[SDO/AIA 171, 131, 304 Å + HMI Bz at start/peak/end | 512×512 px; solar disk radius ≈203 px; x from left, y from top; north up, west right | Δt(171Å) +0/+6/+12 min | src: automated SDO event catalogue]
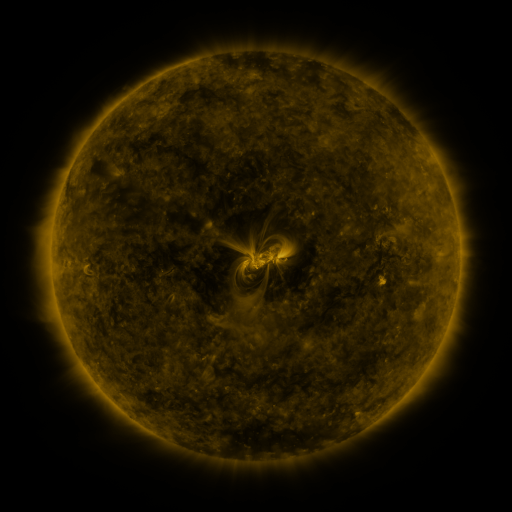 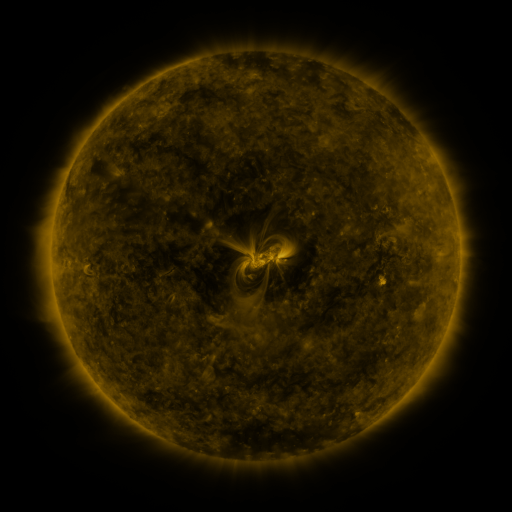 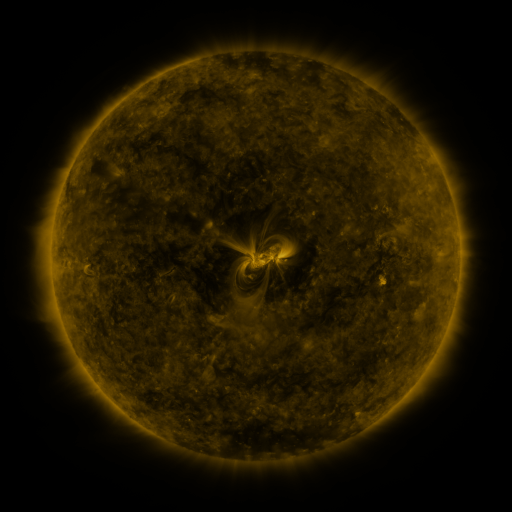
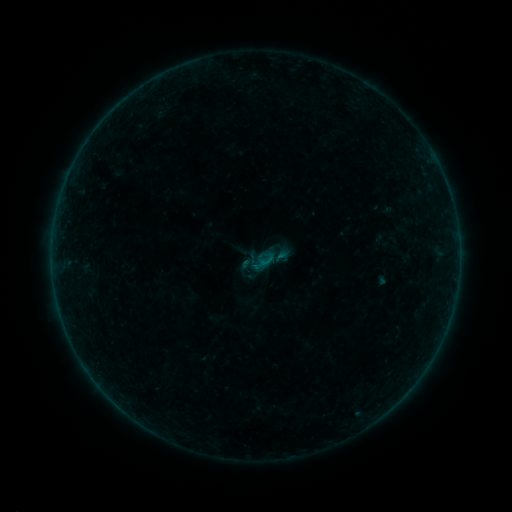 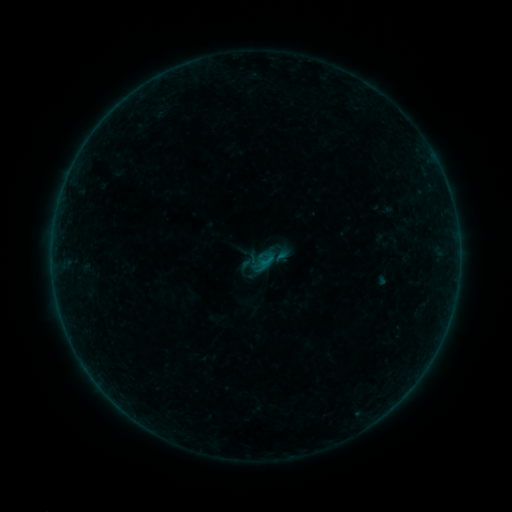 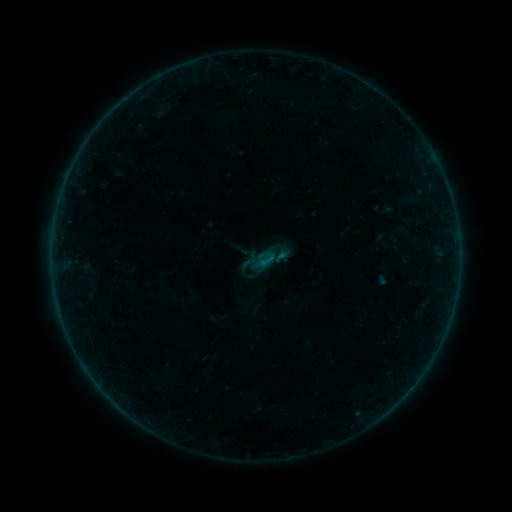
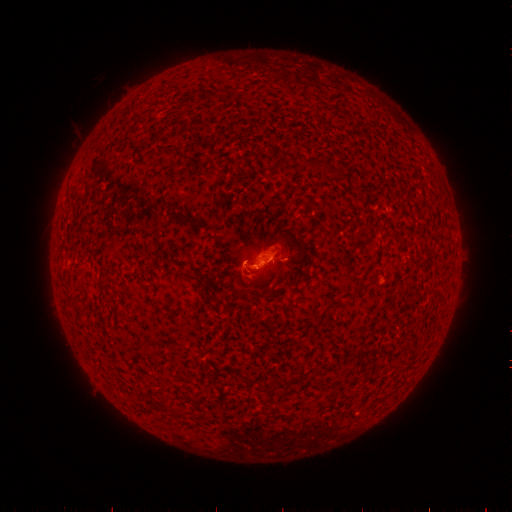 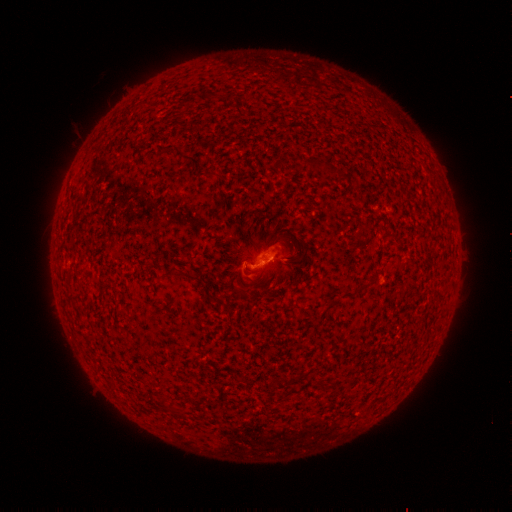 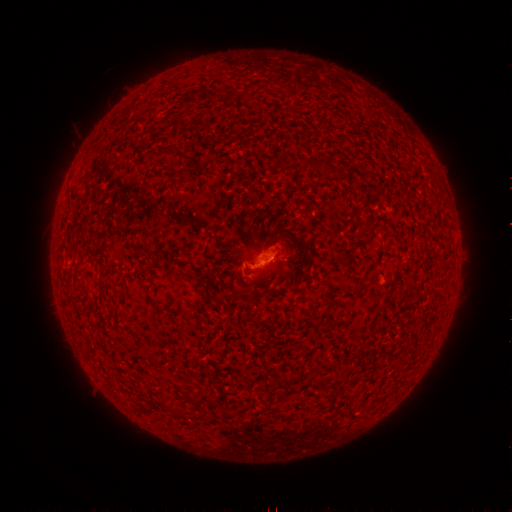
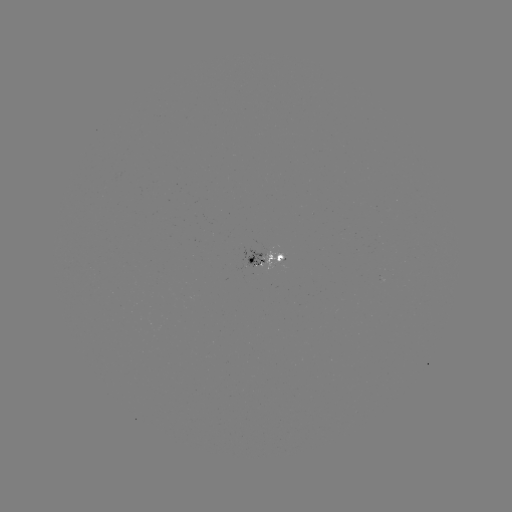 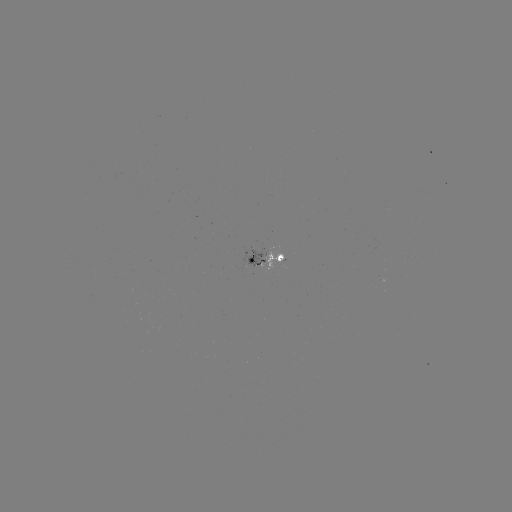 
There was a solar flare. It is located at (263, 260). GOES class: B2.6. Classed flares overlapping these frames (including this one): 1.